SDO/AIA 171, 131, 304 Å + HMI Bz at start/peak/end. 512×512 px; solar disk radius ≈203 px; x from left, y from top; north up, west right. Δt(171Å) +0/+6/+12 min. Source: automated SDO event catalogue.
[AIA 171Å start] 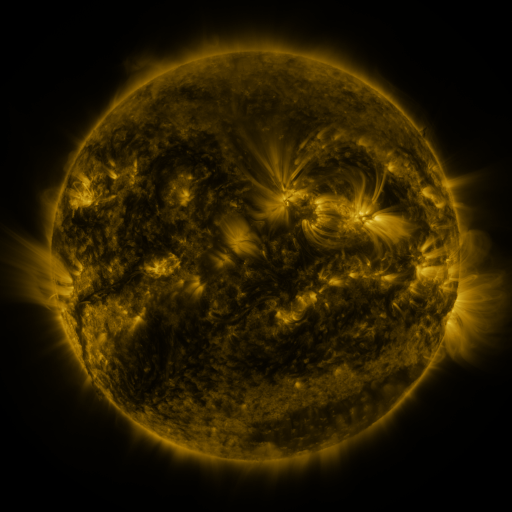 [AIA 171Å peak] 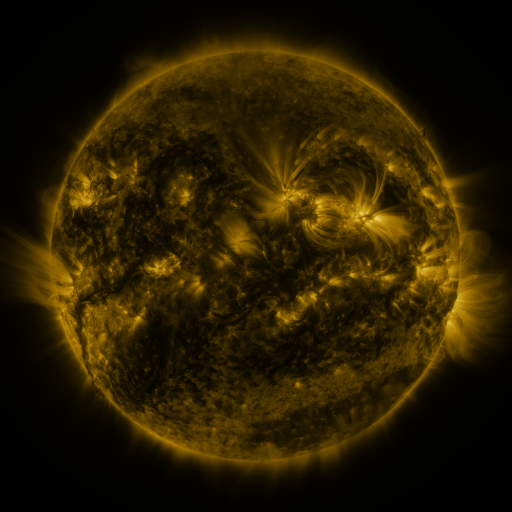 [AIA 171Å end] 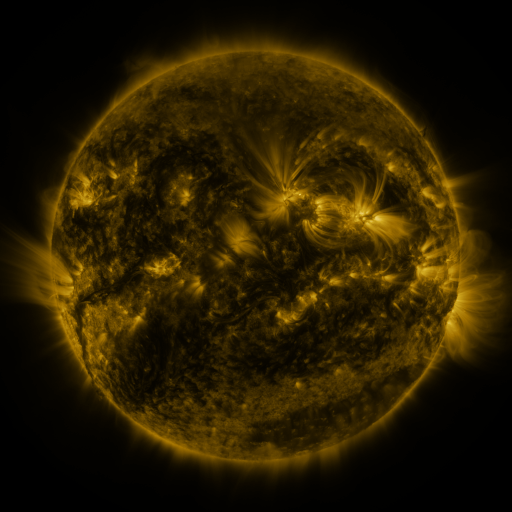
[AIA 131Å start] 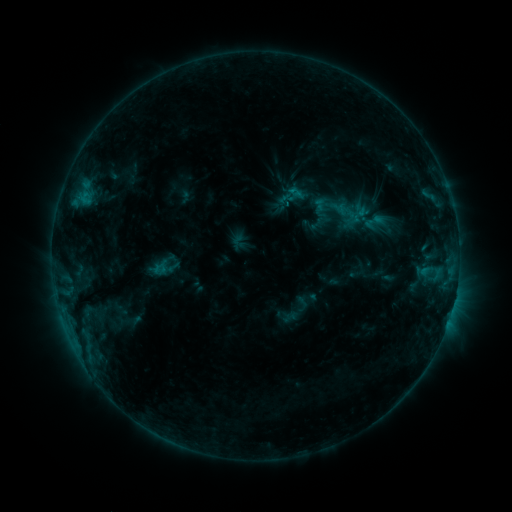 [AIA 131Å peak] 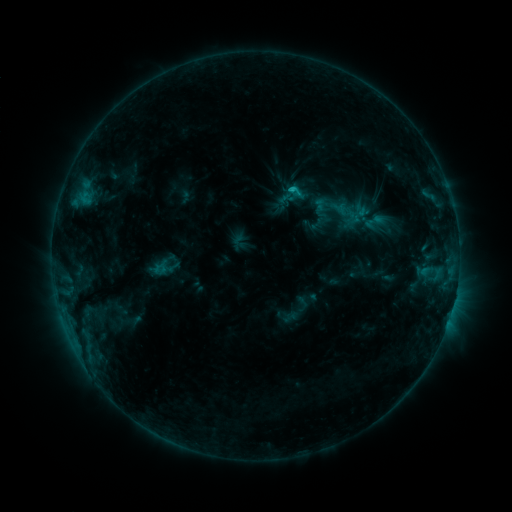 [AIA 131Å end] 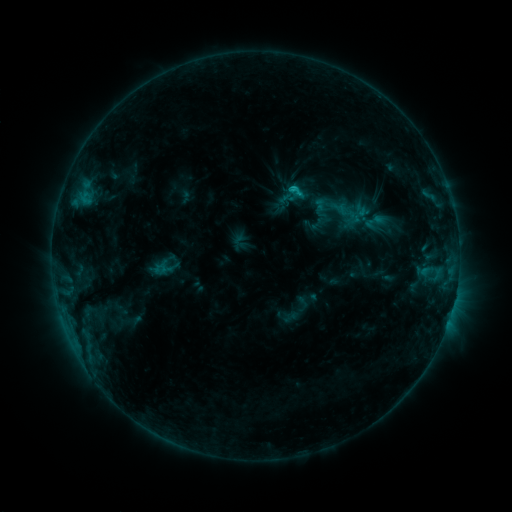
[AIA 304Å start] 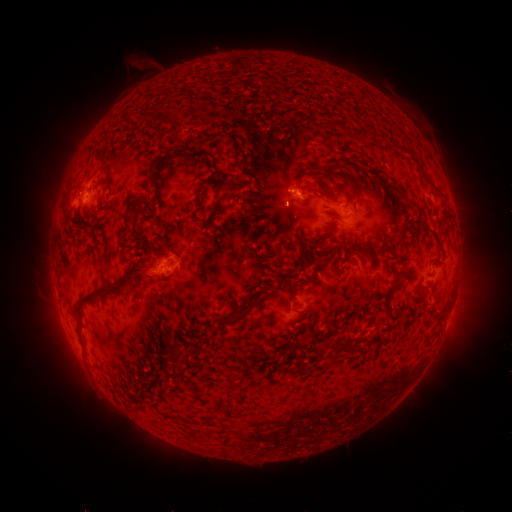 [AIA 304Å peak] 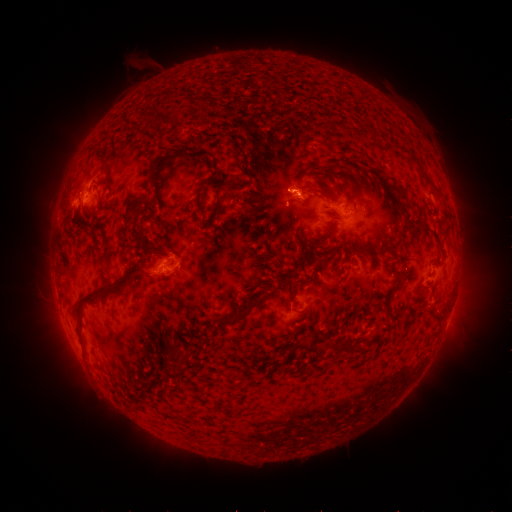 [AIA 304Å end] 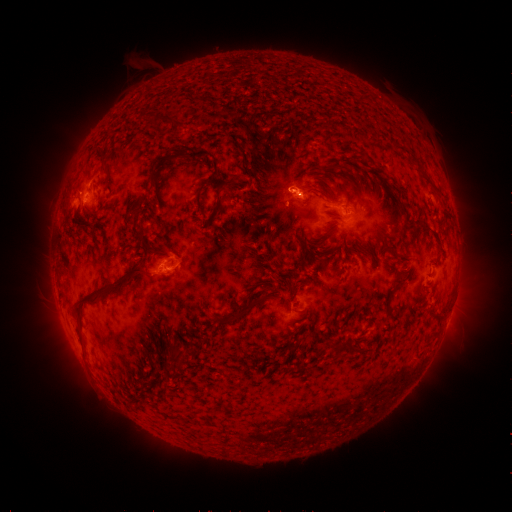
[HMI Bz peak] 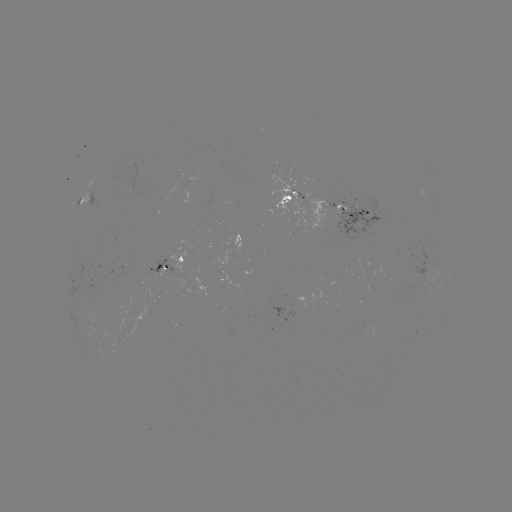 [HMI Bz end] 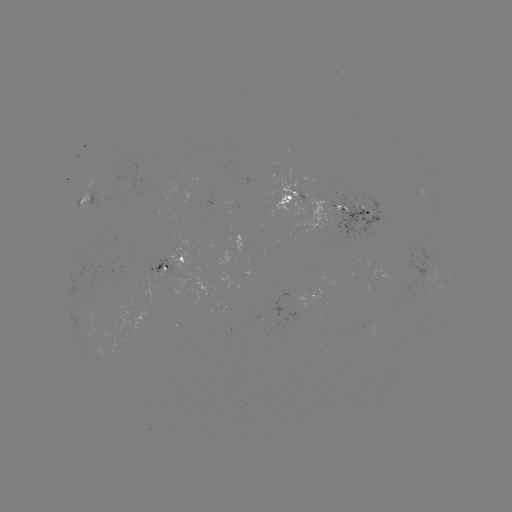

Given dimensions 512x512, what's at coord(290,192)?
C1.1 flare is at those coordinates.